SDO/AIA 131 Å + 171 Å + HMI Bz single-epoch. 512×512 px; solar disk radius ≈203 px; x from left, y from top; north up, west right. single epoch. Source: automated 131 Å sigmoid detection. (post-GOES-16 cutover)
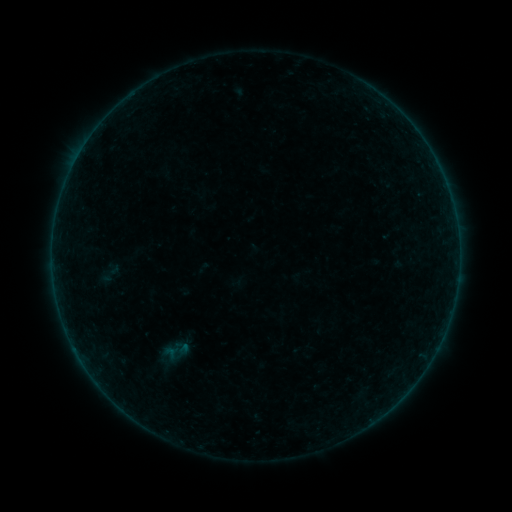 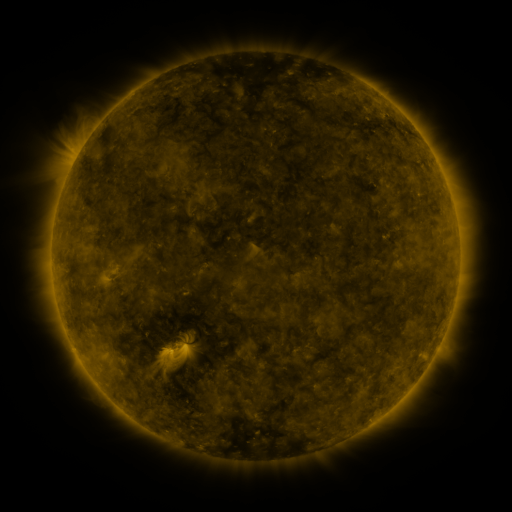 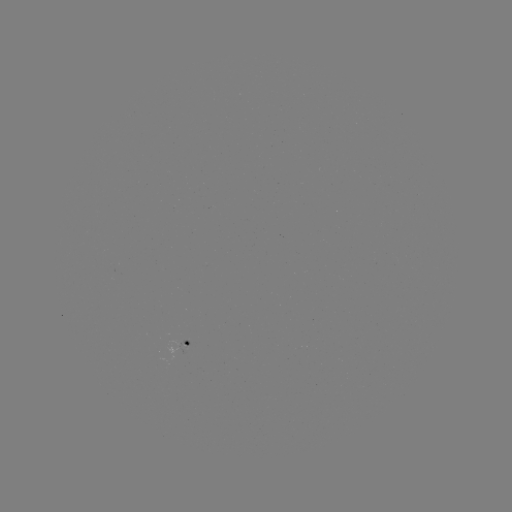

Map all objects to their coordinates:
sigmoid: (100, 260, 123, 286)
